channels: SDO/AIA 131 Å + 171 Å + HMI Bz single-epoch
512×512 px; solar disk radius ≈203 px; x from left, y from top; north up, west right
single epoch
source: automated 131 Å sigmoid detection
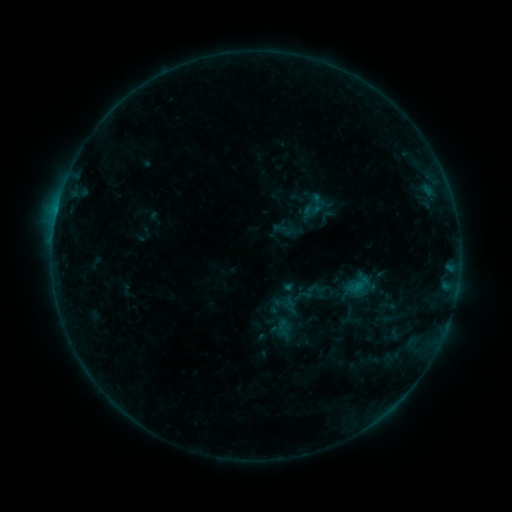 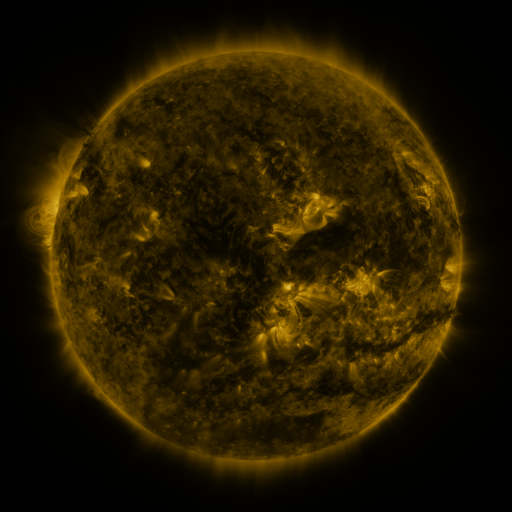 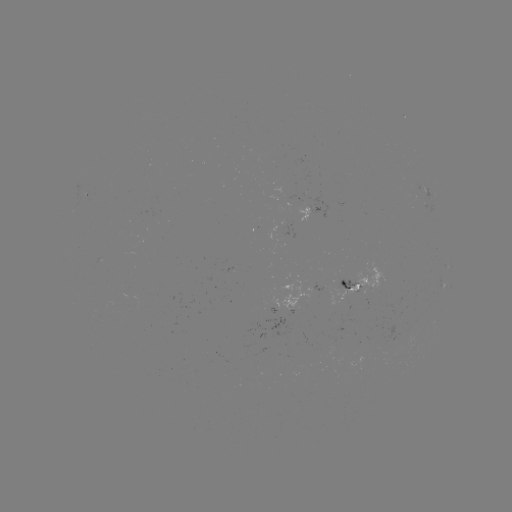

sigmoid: (305, 193, 328, 216)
